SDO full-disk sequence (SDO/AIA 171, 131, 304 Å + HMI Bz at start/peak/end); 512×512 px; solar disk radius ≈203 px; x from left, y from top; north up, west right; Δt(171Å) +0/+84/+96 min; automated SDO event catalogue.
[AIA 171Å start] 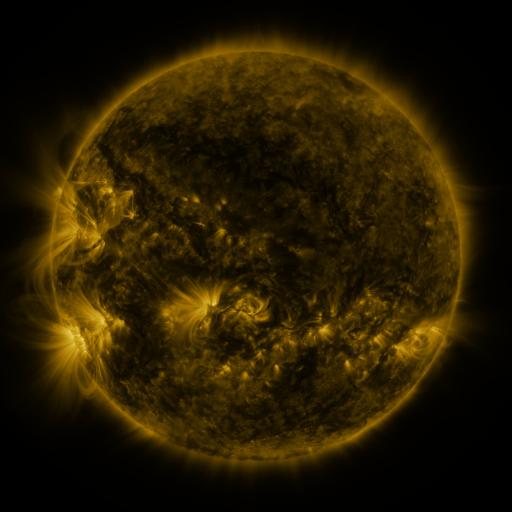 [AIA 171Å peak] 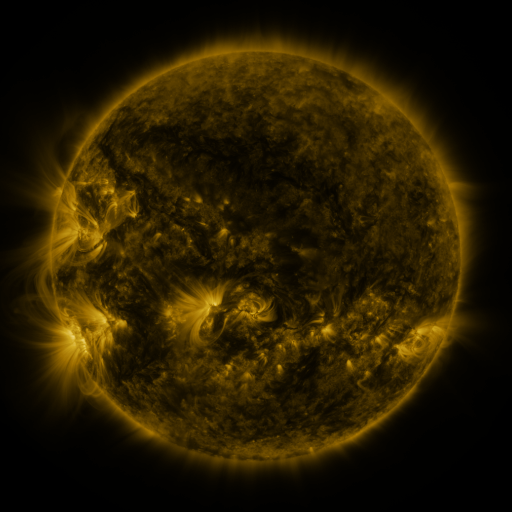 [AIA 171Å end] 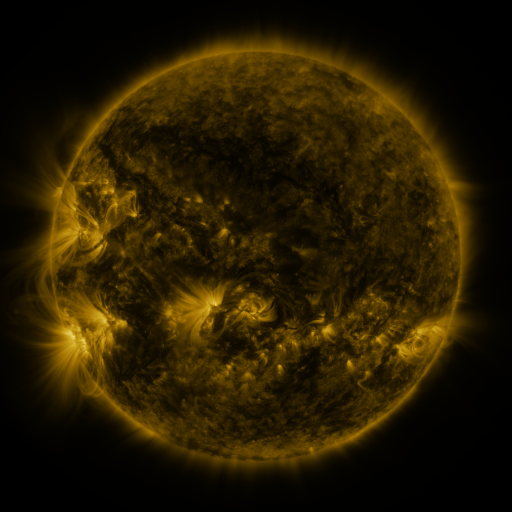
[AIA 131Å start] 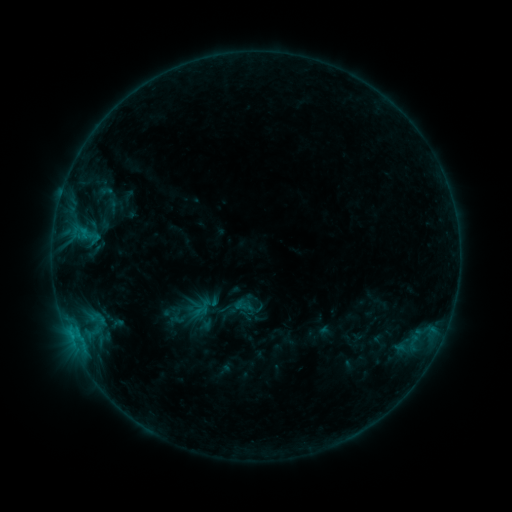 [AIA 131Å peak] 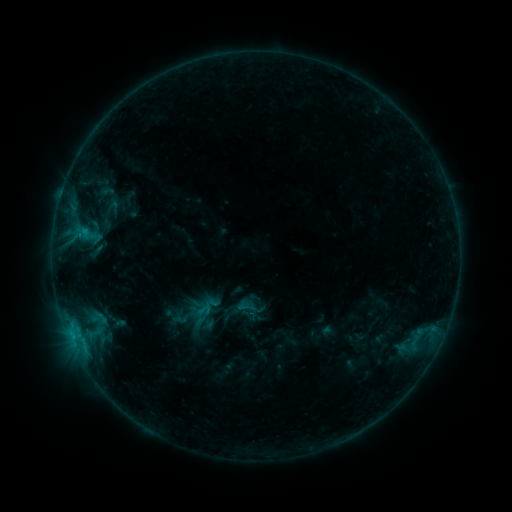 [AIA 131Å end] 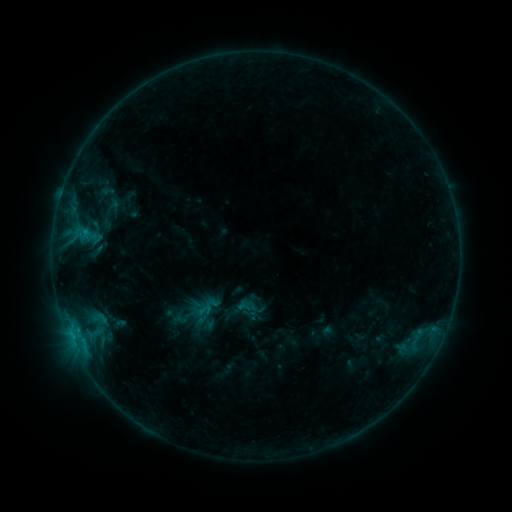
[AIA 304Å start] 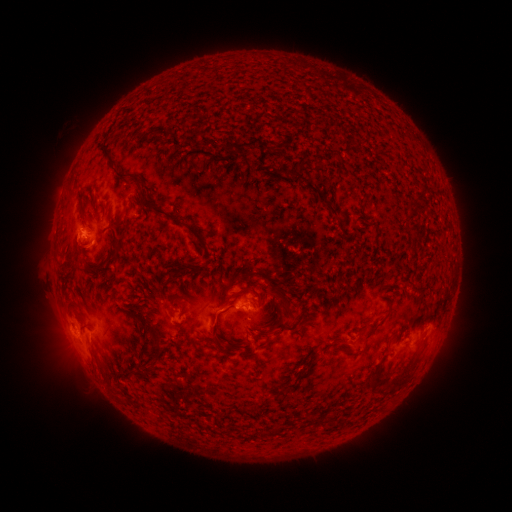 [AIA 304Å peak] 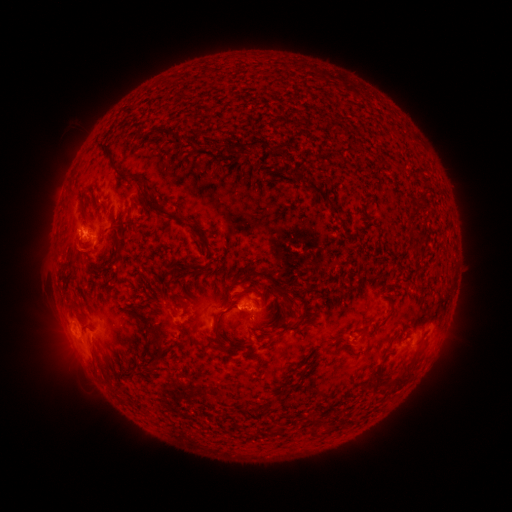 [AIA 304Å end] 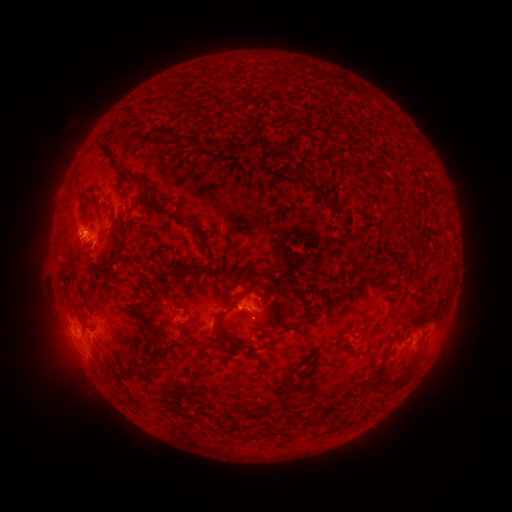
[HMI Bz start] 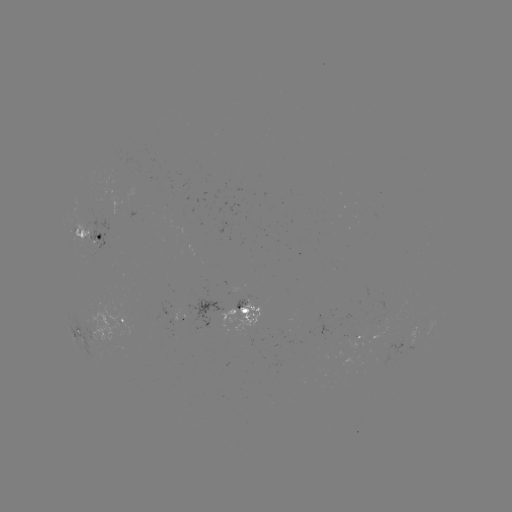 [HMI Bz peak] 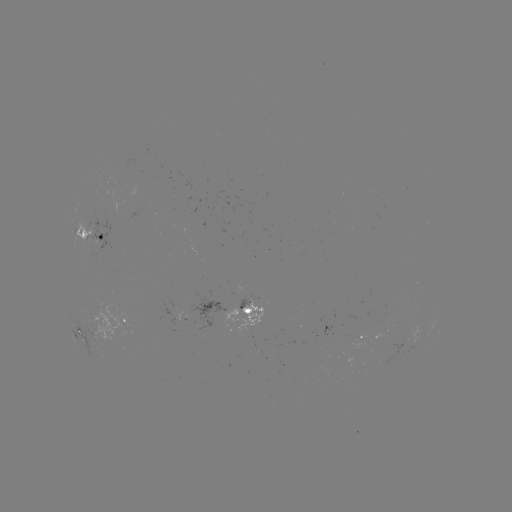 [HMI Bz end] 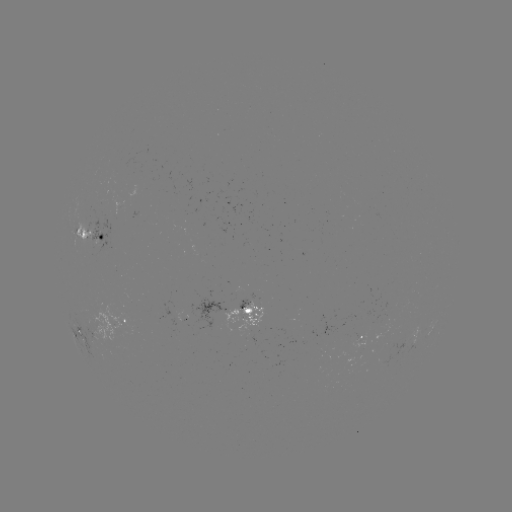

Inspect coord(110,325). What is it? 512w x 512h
emerging-flux region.